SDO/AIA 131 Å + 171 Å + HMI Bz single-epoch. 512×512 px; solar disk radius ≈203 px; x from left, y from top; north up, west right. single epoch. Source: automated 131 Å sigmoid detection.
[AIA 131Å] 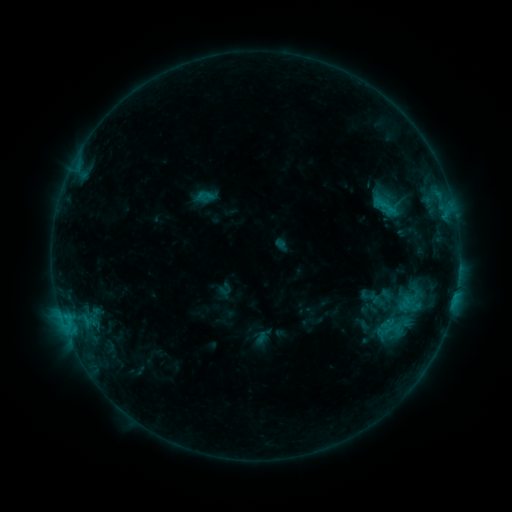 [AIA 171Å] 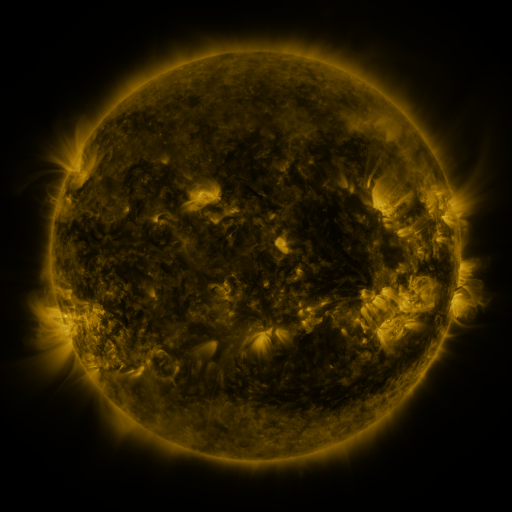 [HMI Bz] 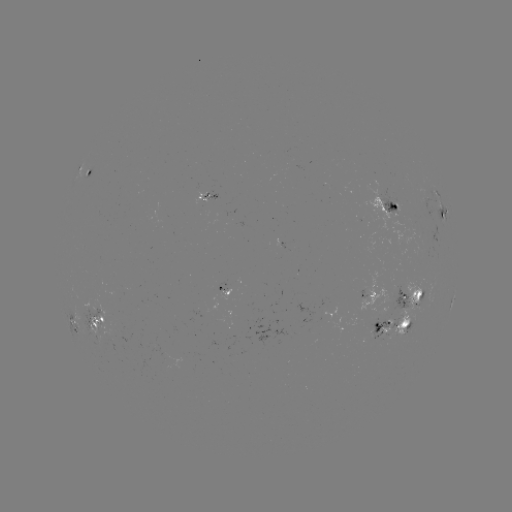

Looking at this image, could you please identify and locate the sigmoid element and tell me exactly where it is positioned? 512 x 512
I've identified sigmoid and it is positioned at (396, 327).